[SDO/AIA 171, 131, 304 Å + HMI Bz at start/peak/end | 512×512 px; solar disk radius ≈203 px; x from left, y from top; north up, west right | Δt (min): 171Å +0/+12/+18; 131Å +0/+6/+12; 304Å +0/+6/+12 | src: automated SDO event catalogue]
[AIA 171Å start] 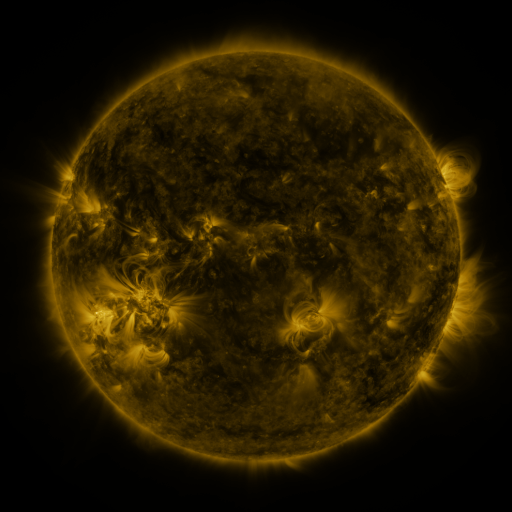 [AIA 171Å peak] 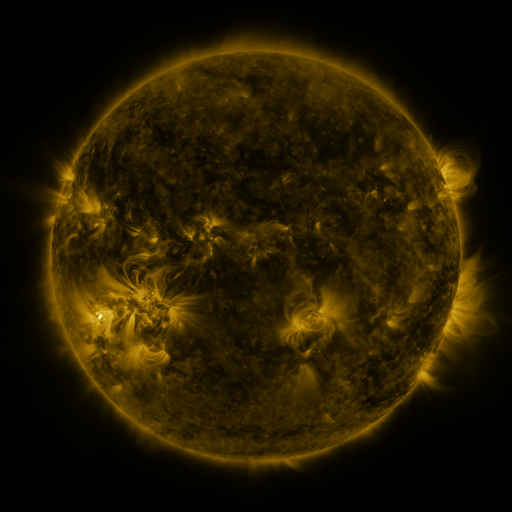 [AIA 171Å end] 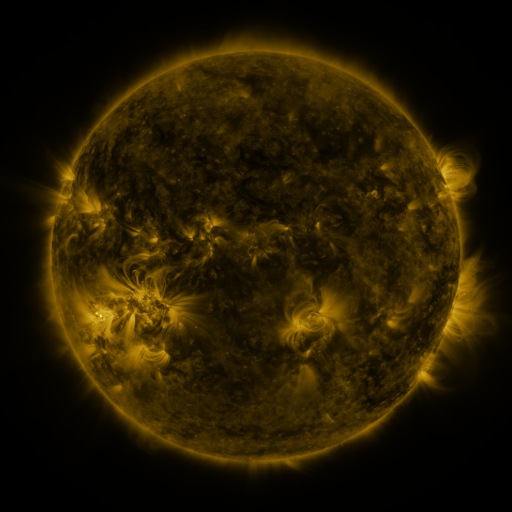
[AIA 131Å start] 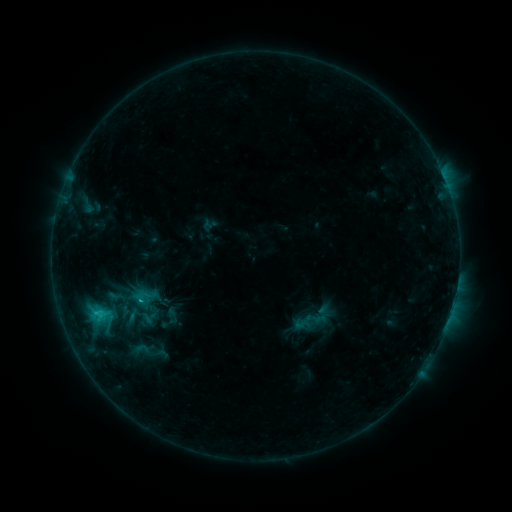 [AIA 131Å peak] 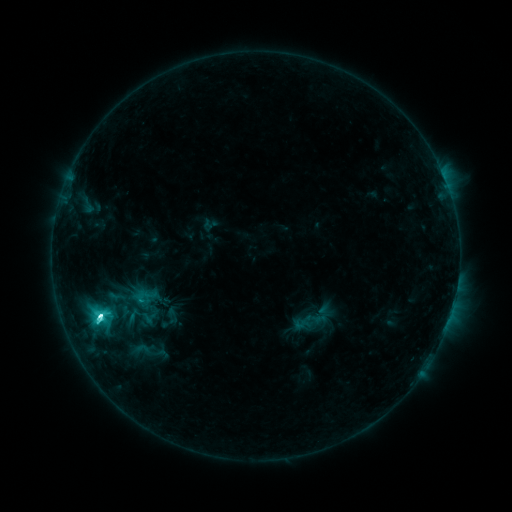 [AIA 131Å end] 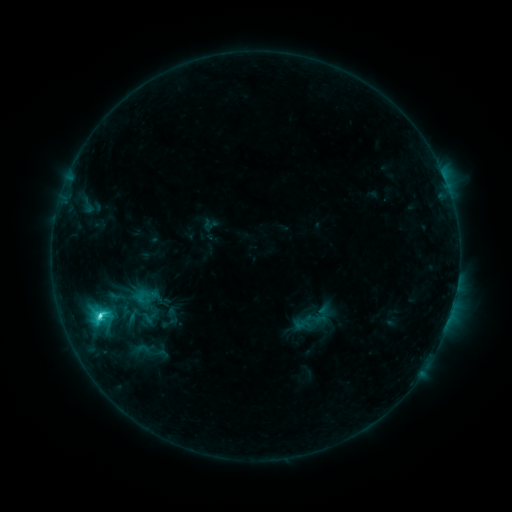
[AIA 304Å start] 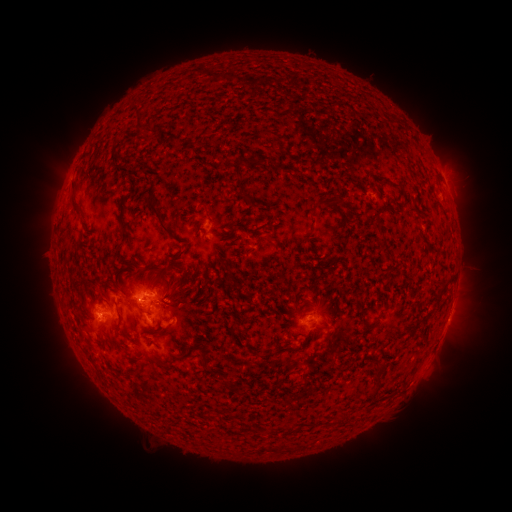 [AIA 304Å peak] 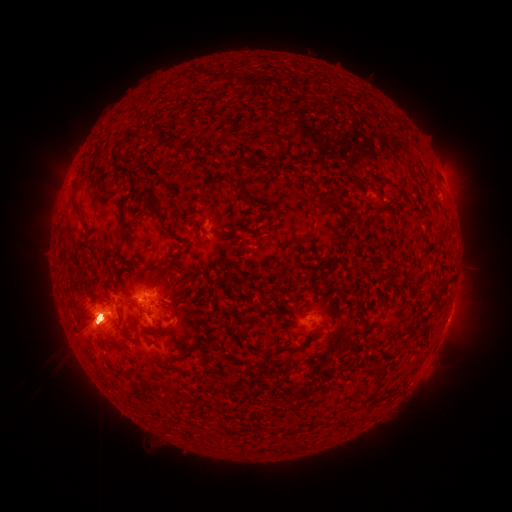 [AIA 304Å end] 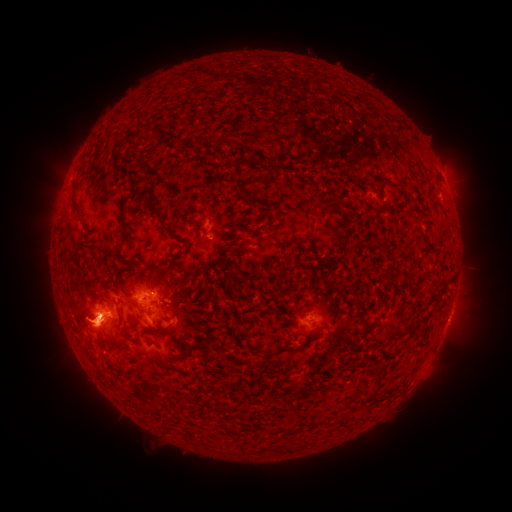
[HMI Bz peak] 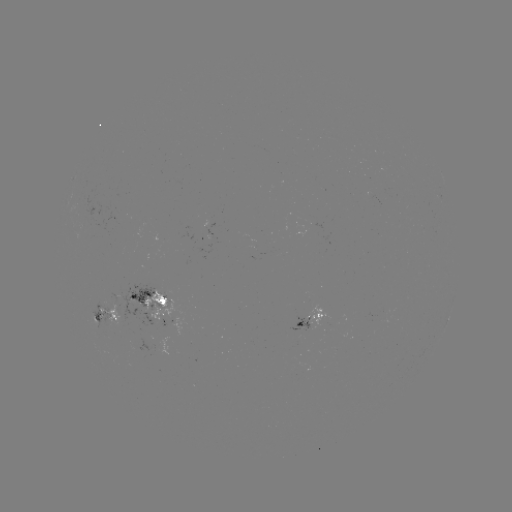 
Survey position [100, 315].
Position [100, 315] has C8.5 flare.